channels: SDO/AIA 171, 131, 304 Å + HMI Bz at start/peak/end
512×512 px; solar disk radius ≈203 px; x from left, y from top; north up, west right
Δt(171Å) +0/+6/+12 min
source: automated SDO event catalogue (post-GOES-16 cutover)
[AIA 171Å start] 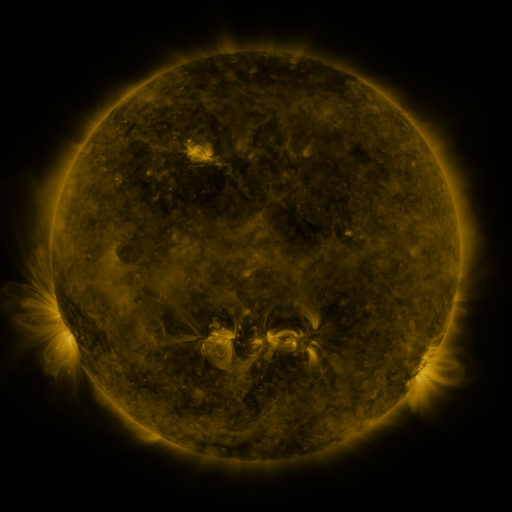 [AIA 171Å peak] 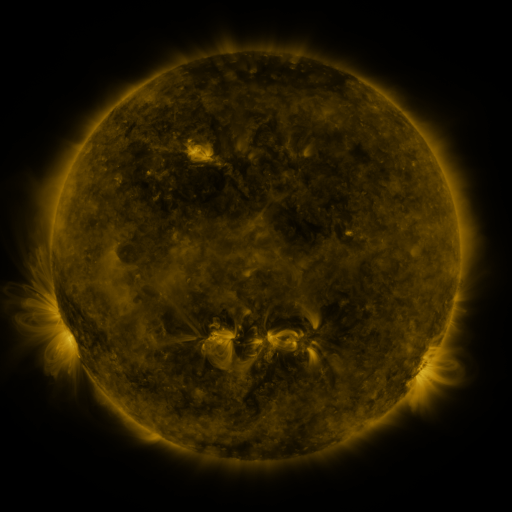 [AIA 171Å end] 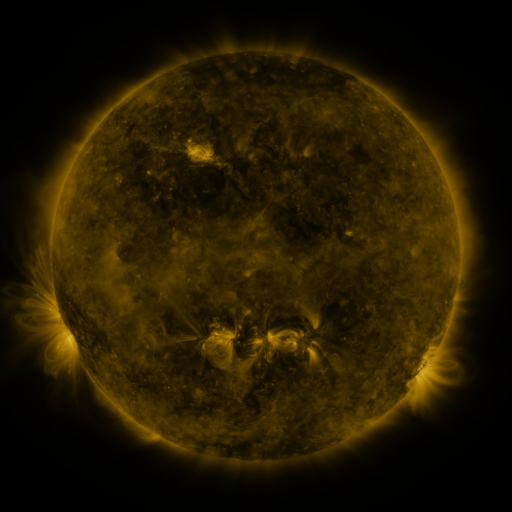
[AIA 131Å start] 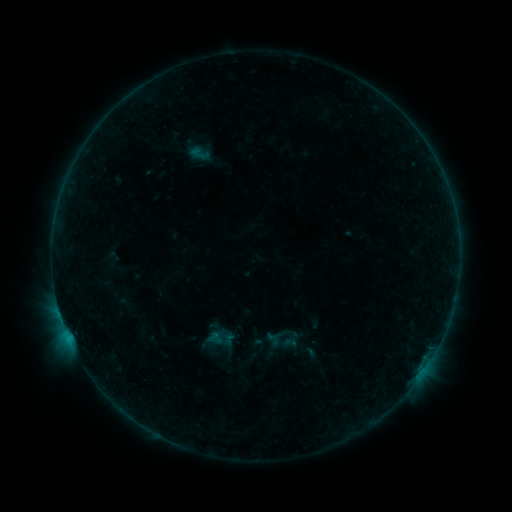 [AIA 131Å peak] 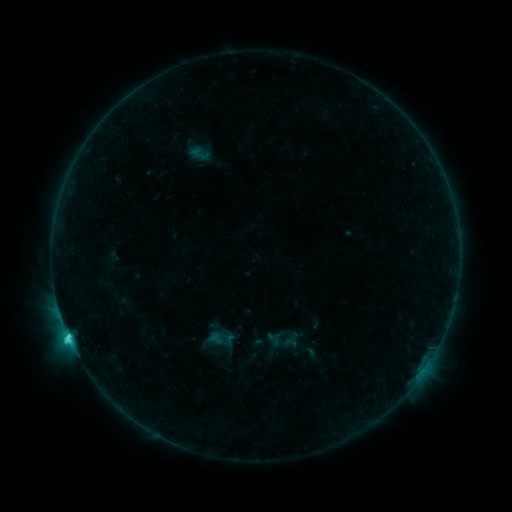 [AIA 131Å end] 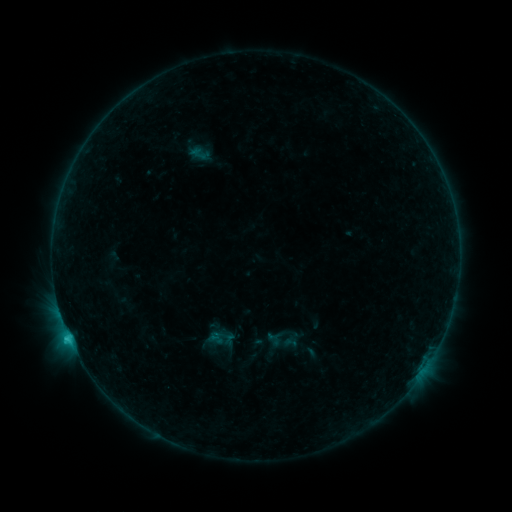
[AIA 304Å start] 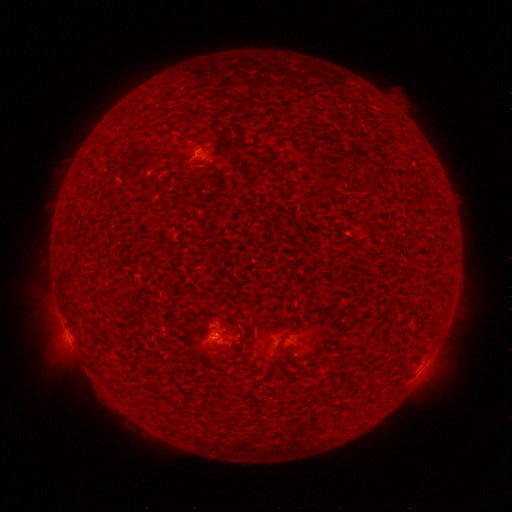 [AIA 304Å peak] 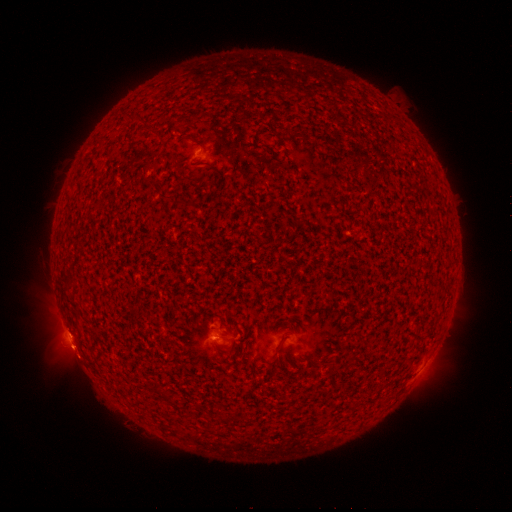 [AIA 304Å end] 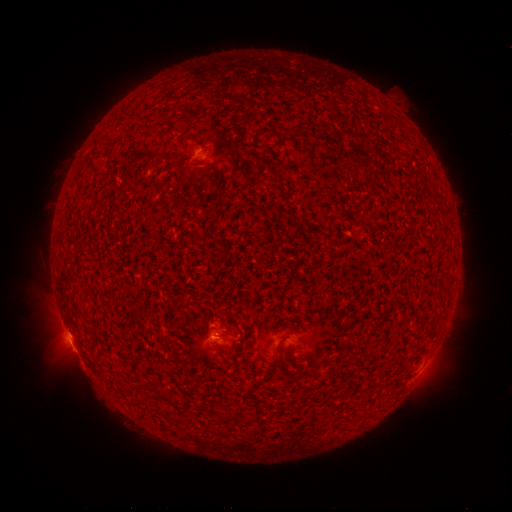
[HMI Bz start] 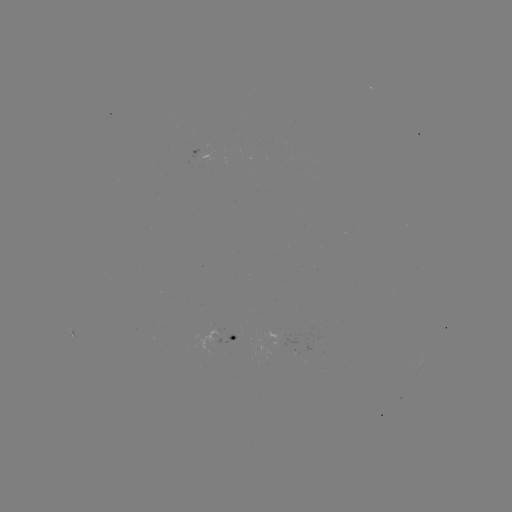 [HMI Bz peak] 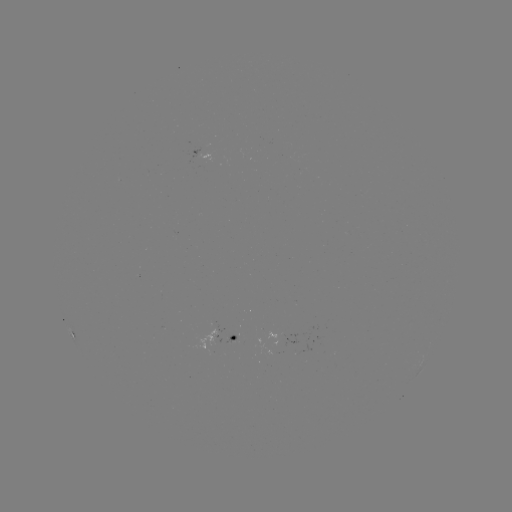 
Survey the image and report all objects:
eruption: (75, 356)
